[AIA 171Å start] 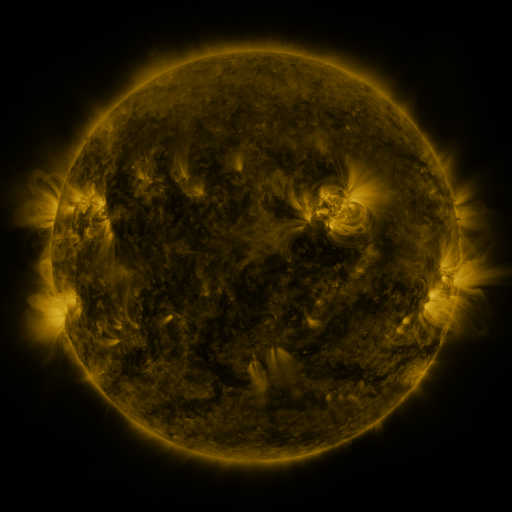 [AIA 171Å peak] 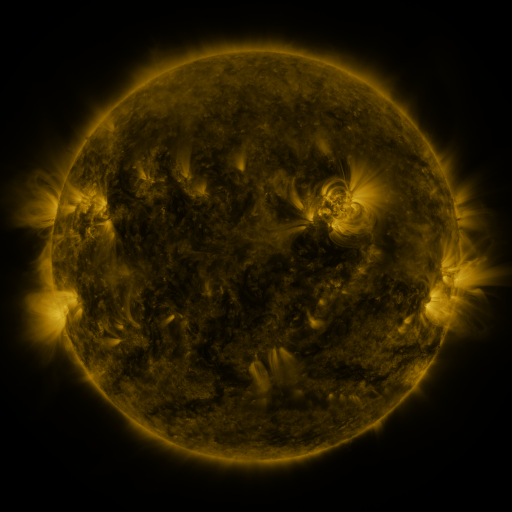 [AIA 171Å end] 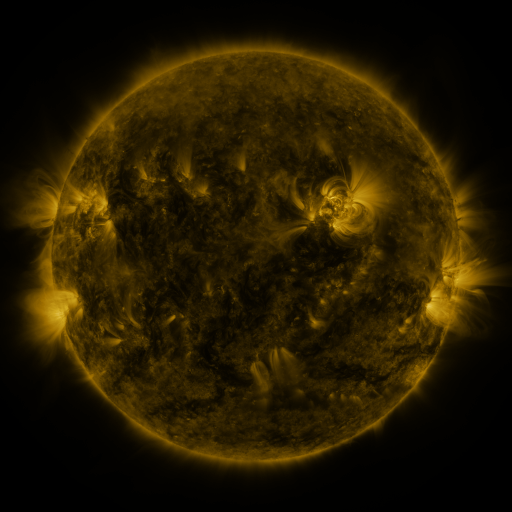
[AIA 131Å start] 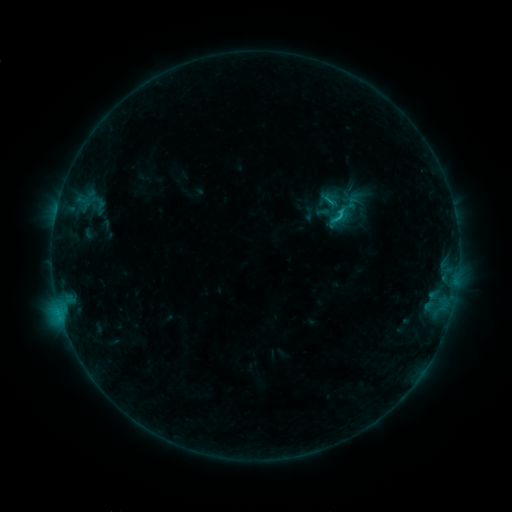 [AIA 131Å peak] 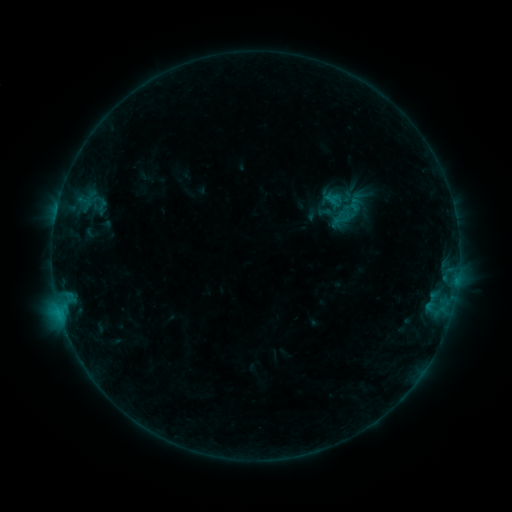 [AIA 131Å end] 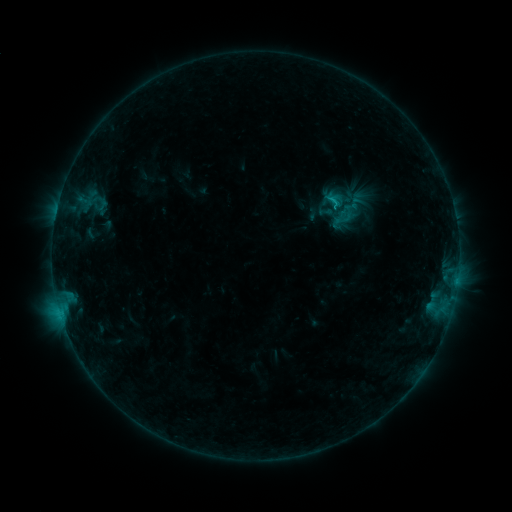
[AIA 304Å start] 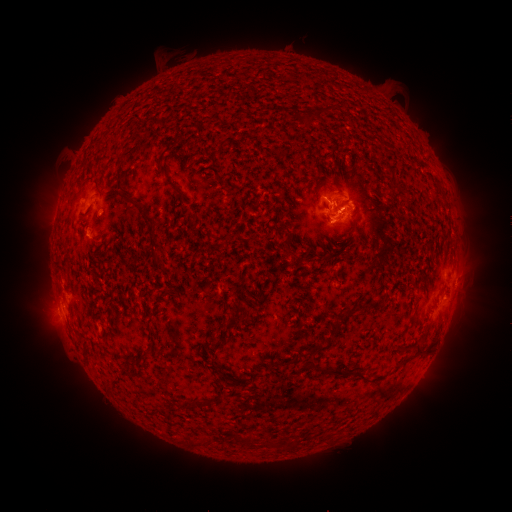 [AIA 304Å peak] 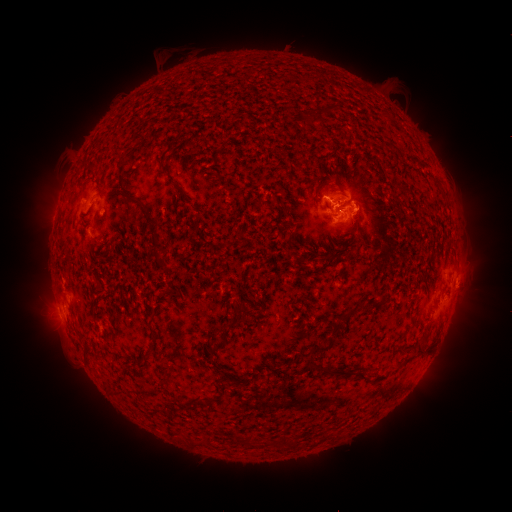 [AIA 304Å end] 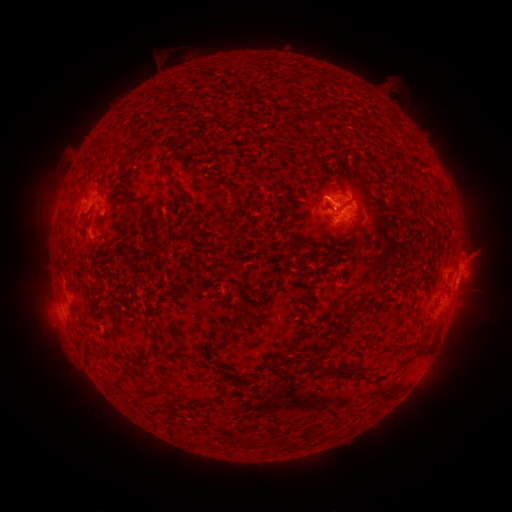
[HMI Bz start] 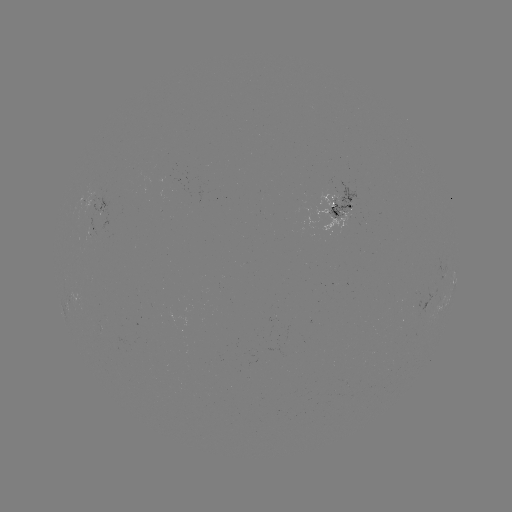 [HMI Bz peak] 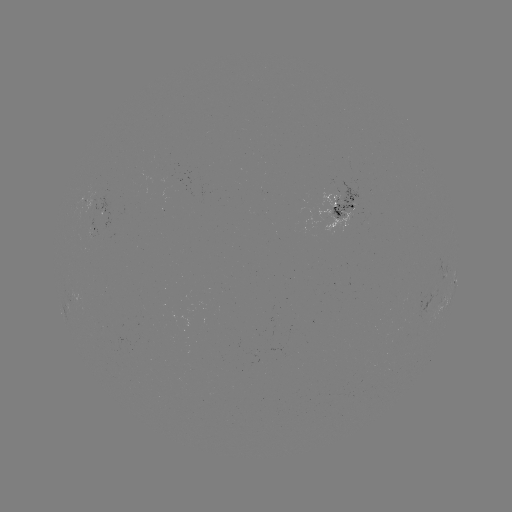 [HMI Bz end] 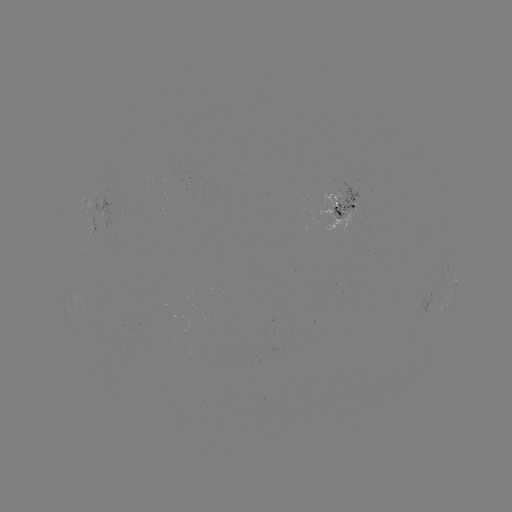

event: emerging-flux region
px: (173, 186)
